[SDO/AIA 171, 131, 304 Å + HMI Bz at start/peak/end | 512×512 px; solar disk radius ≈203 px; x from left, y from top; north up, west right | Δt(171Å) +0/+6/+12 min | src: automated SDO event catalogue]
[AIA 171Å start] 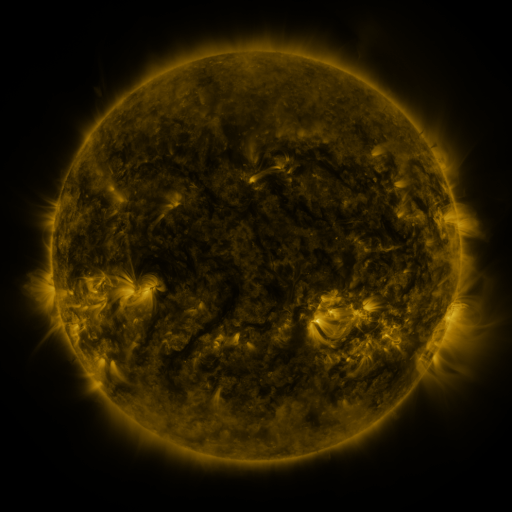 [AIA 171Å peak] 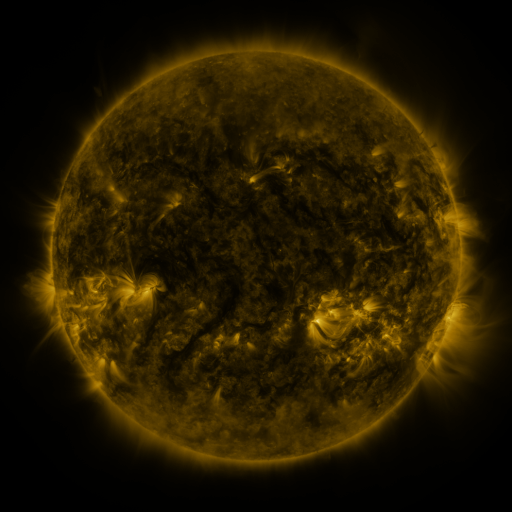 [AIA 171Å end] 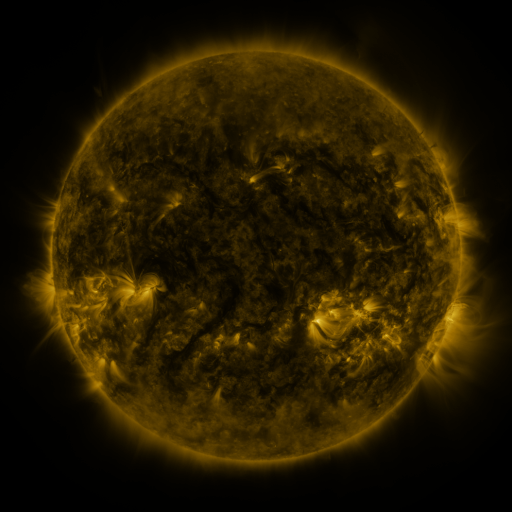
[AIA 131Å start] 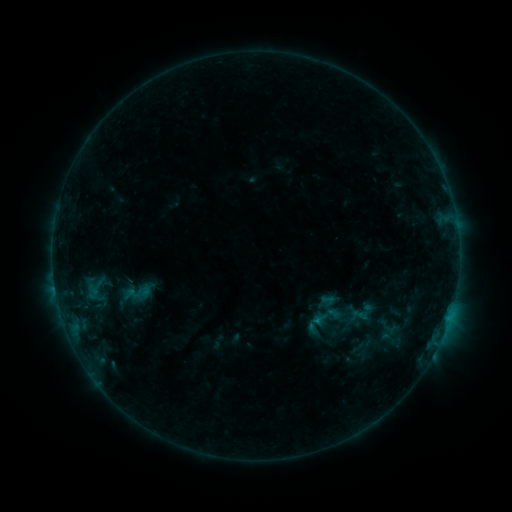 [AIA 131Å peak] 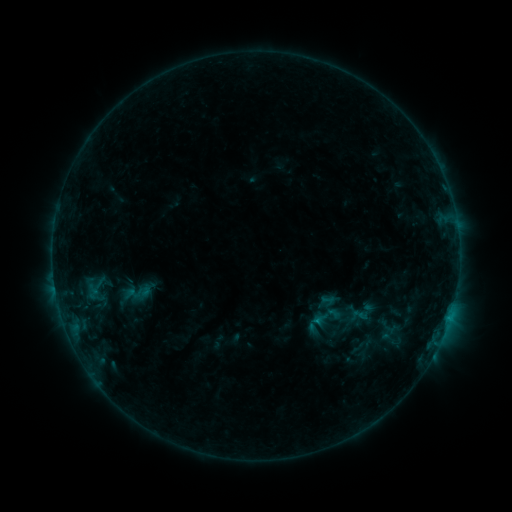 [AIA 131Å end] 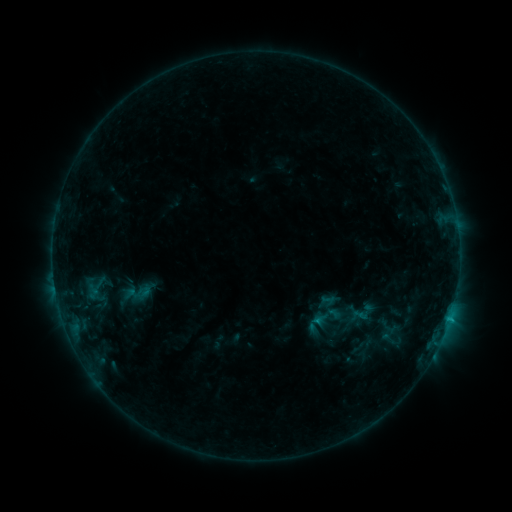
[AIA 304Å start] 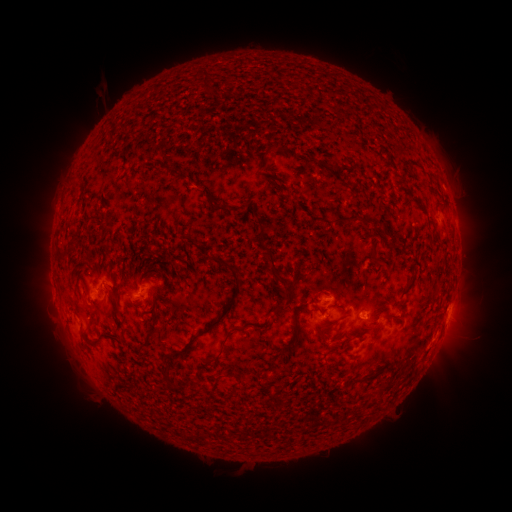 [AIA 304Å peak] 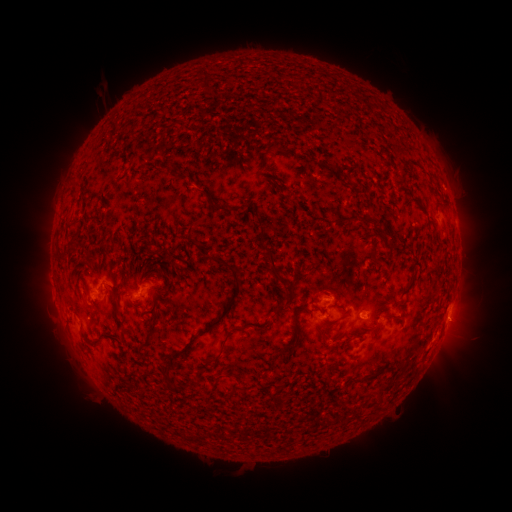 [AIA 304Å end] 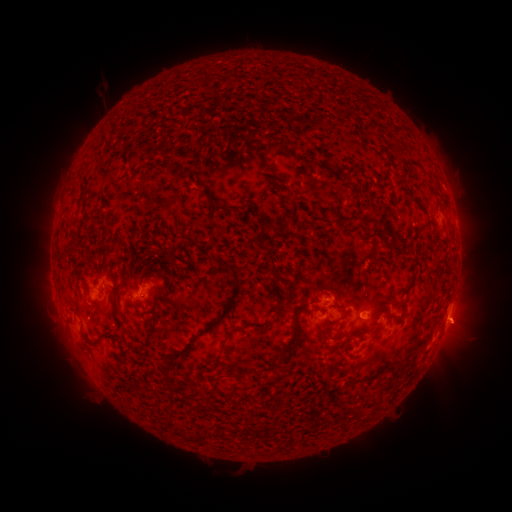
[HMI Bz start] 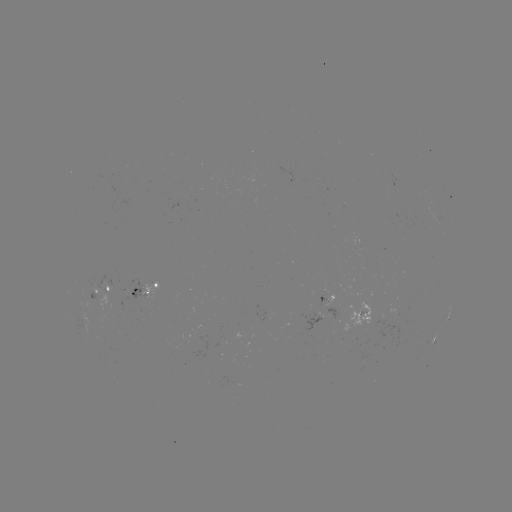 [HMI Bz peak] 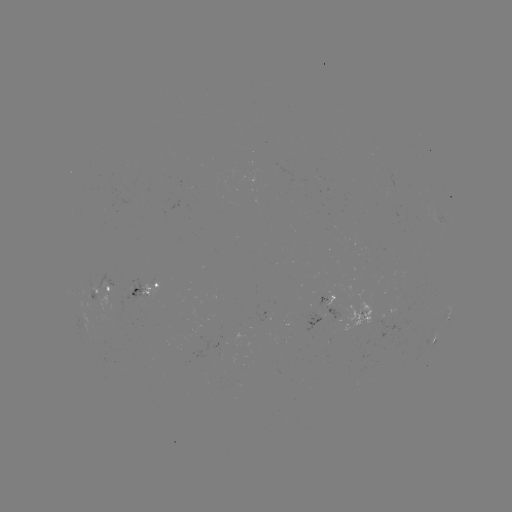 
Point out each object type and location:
eruption: (460, 326)
